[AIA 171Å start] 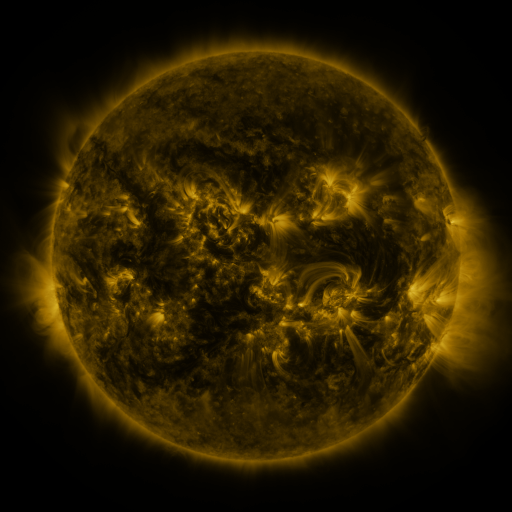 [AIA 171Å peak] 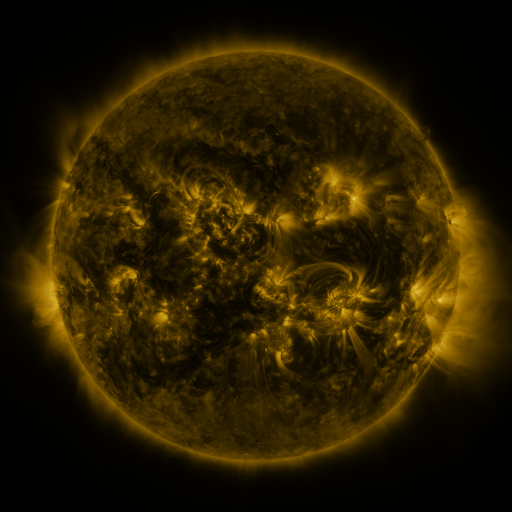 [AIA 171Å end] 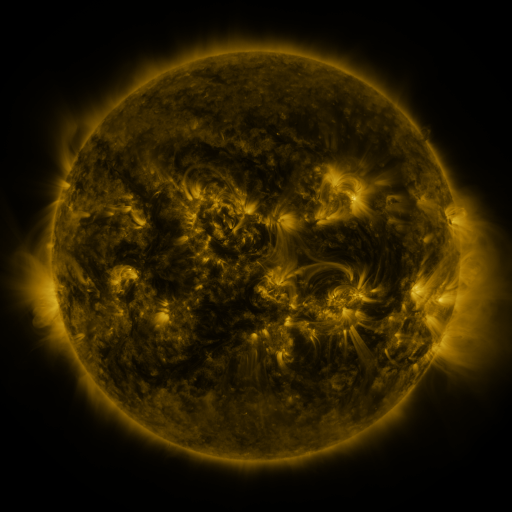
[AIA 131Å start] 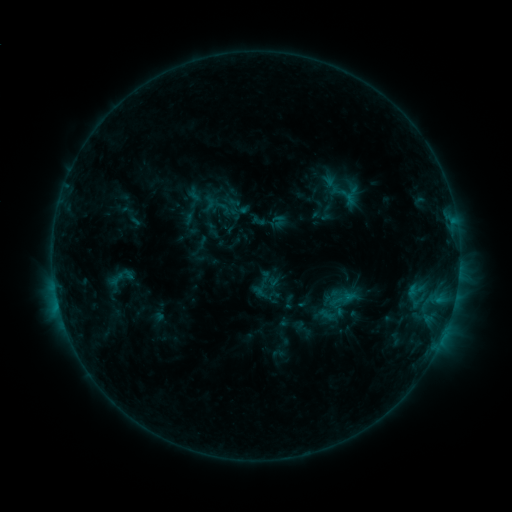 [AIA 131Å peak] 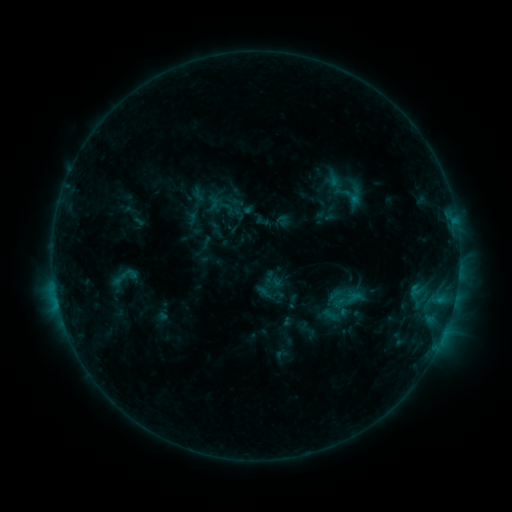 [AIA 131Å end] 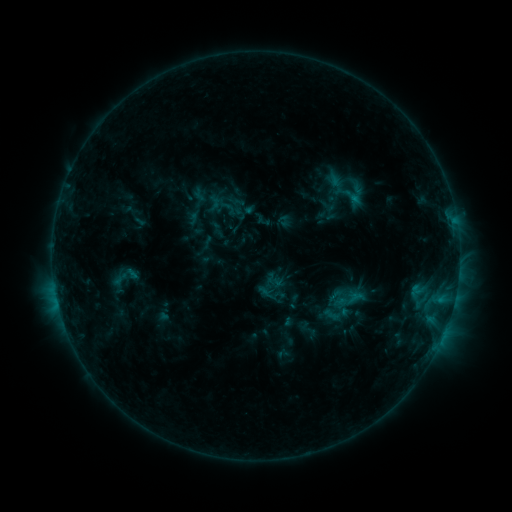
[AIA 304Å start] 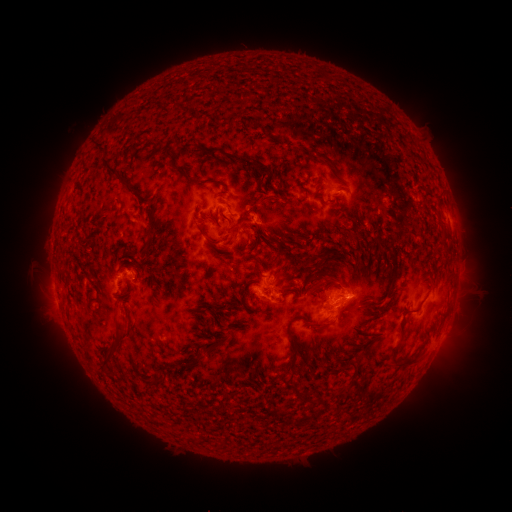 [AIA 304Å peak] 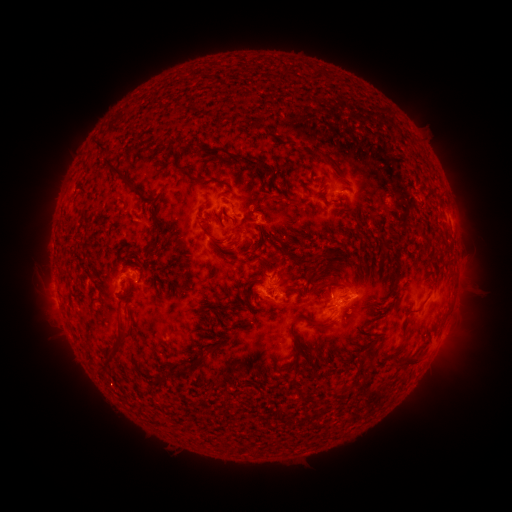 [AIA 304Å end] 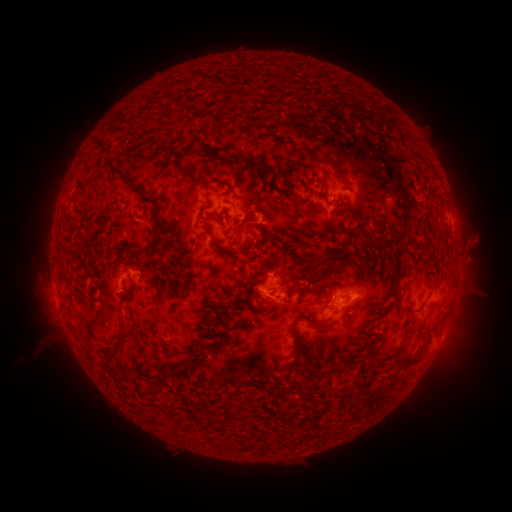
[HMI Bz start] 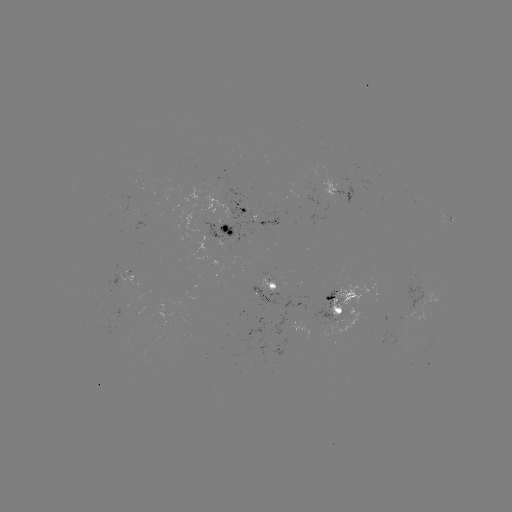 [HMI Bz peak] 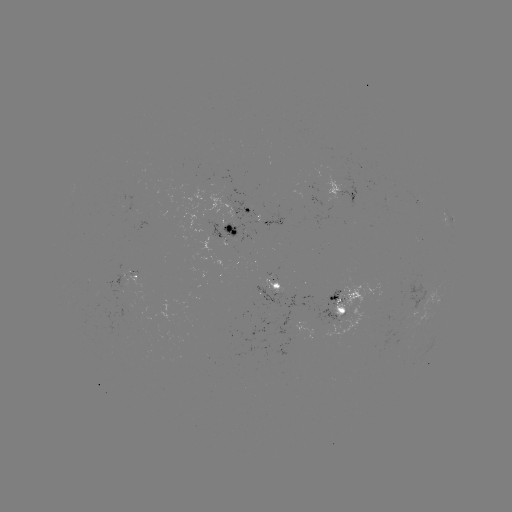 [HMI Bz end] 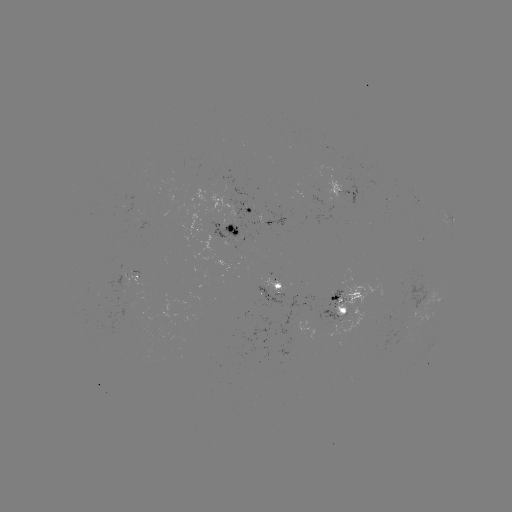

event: emerging-flux region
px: (345, 301)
